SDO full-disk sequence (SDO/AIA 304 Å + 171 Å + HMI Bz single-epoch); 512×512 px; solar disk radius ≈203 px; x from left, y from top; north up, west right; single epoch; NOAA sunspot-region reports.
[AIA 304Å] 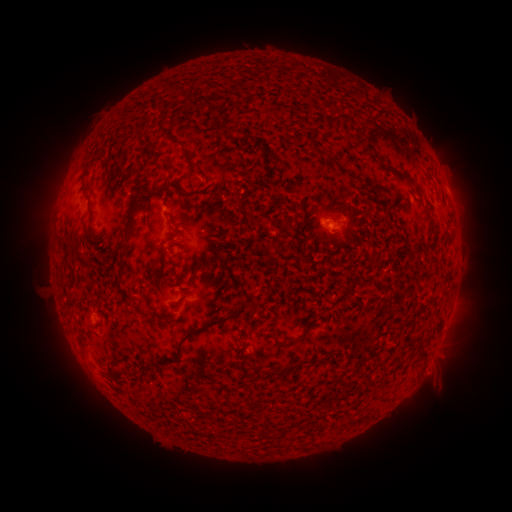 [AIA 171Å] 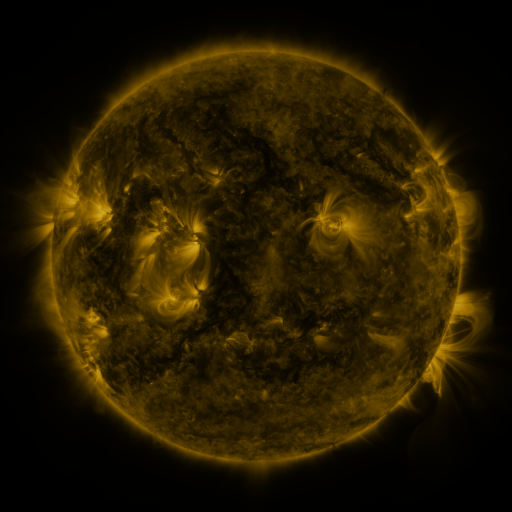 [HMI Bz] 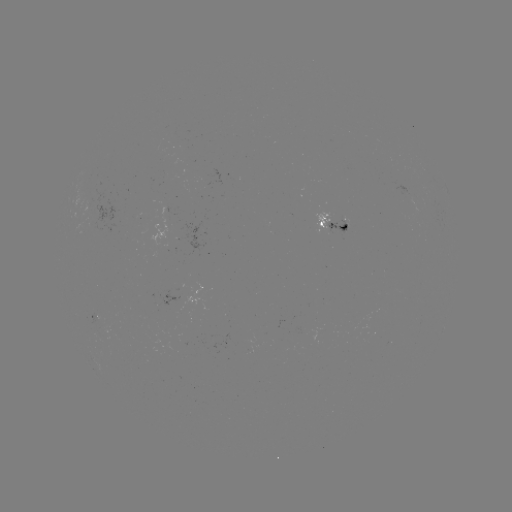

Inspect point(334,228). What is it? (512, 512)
spotted active region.